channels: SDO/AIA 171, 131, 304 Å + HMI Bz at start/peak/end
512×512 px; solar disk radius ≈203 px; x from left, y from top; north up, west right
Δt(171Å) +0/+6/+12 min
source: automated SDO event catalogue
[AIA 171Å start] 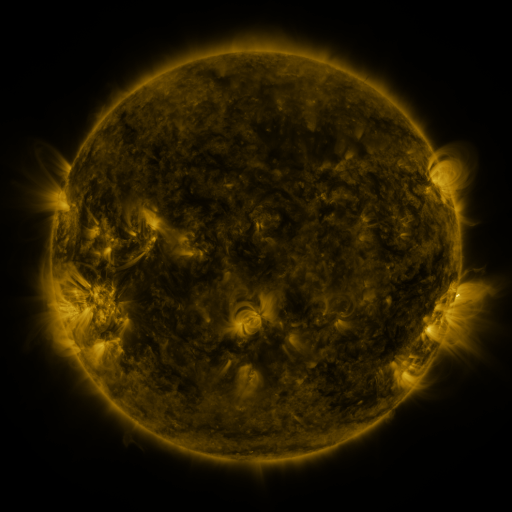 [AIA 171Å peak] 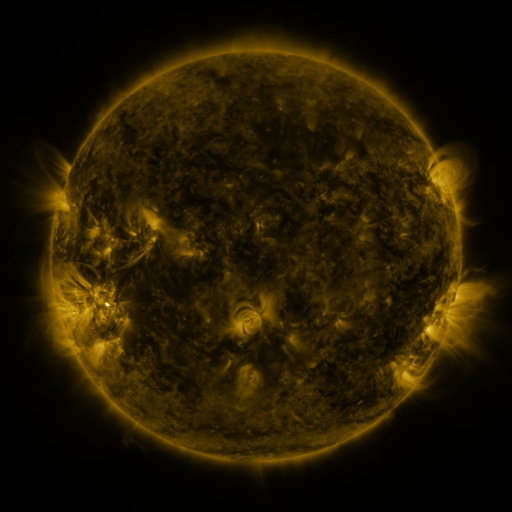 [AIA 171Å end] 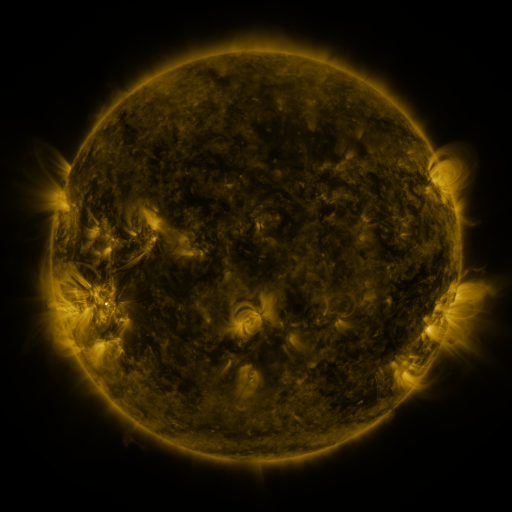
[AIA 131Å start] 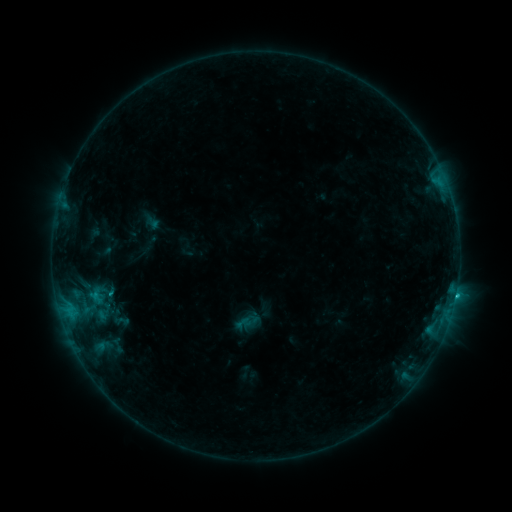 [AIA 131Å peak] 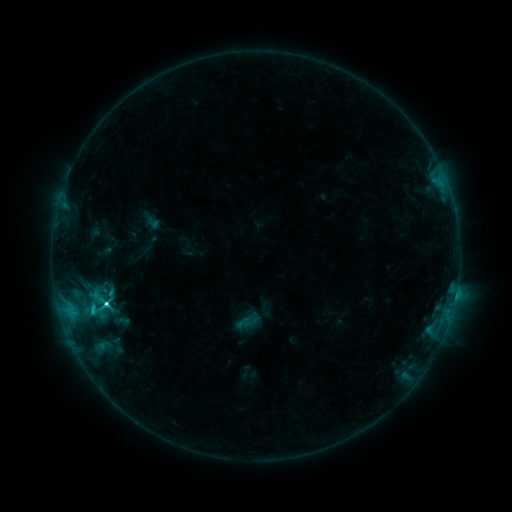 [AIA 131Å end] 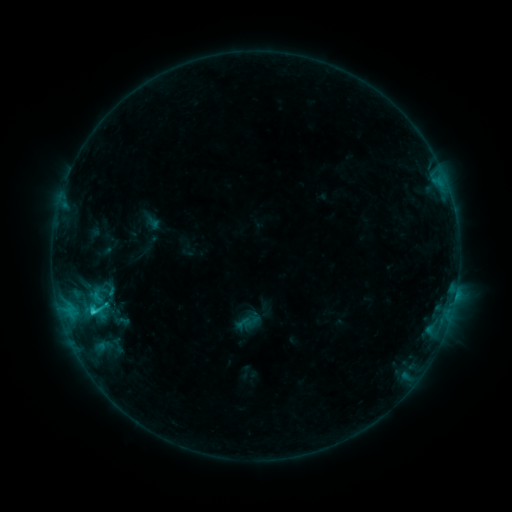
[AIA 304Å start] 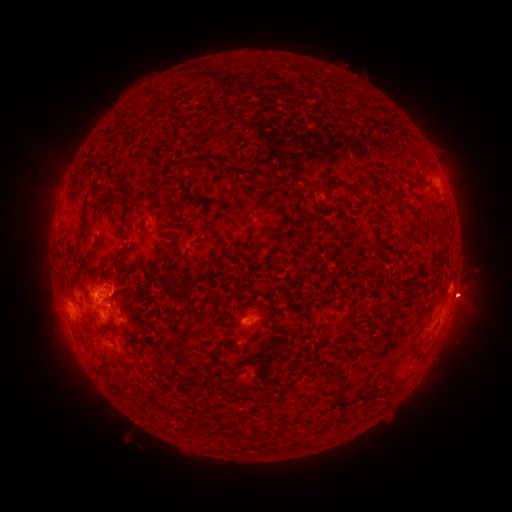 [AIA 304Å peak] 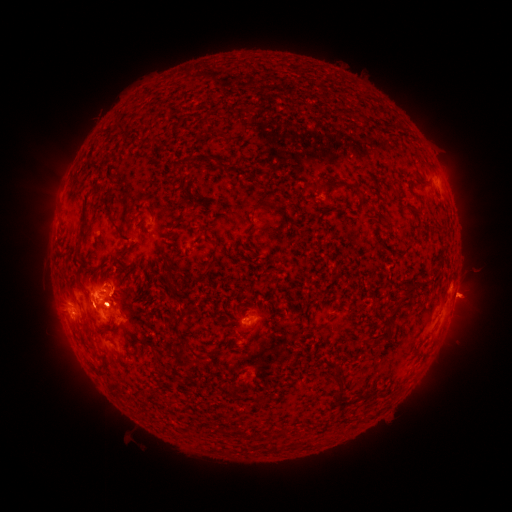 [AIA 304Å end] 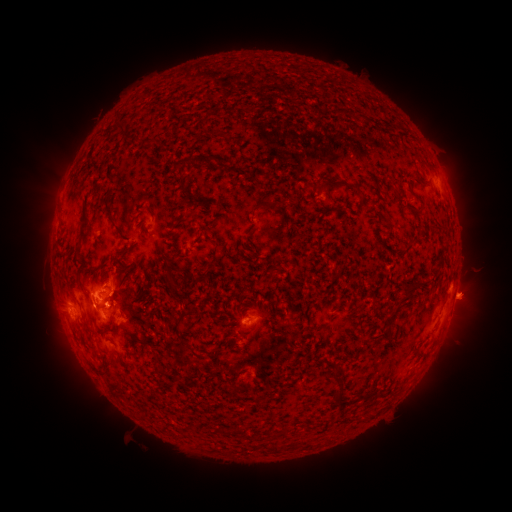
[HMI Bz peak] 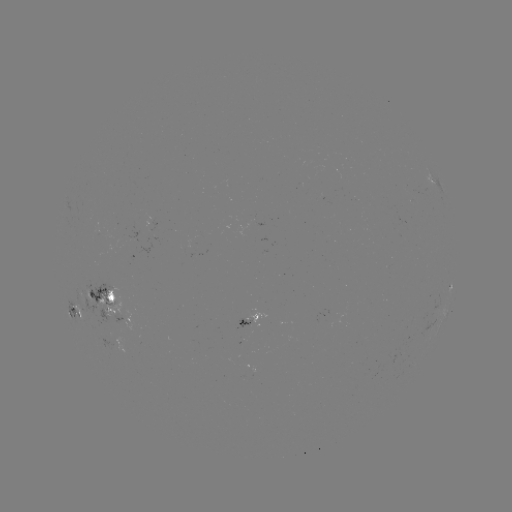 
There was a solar flare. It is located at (107, 302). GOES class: C3.9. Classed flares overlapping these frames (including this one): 1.